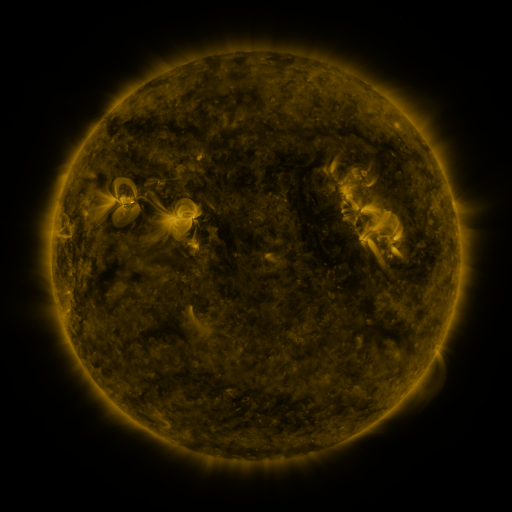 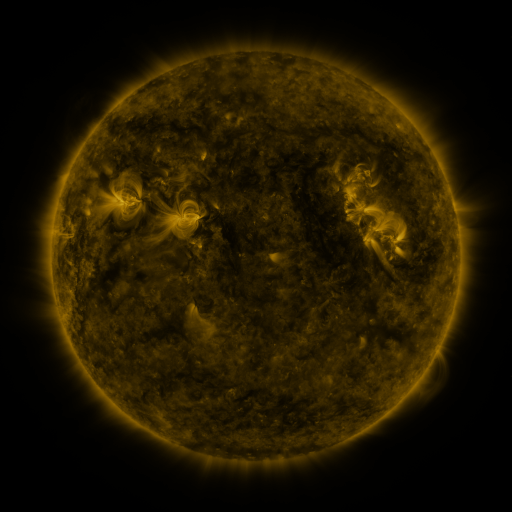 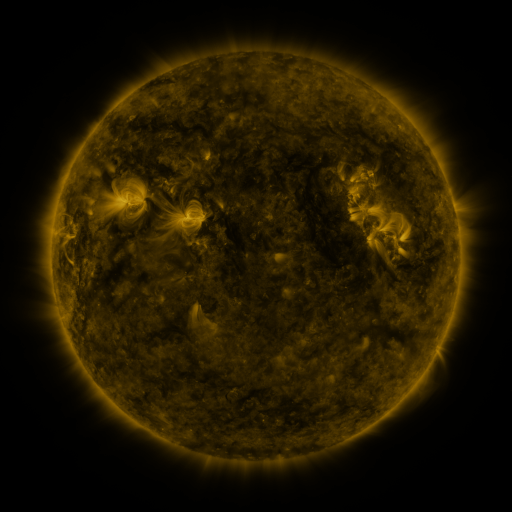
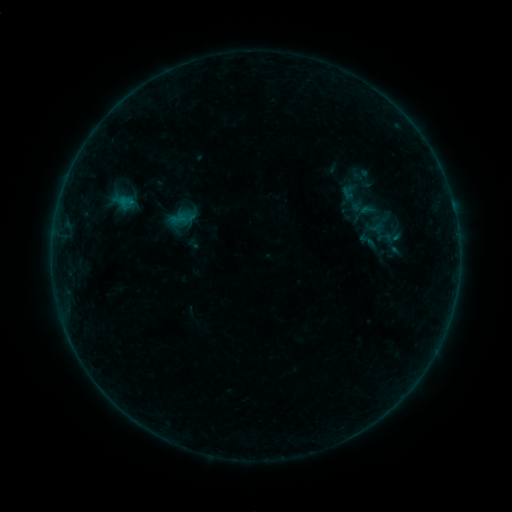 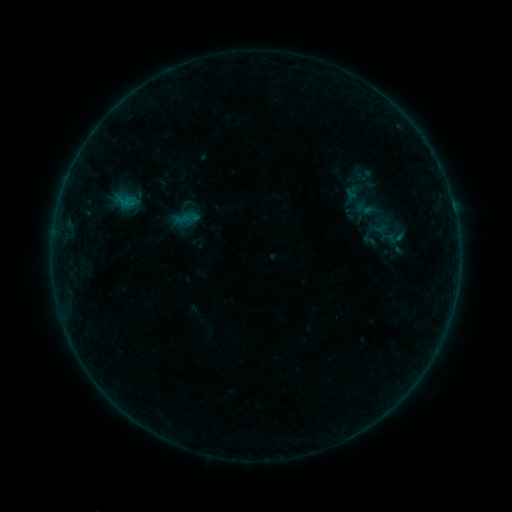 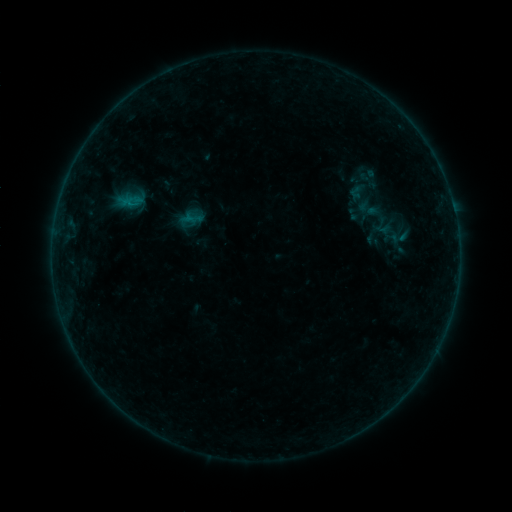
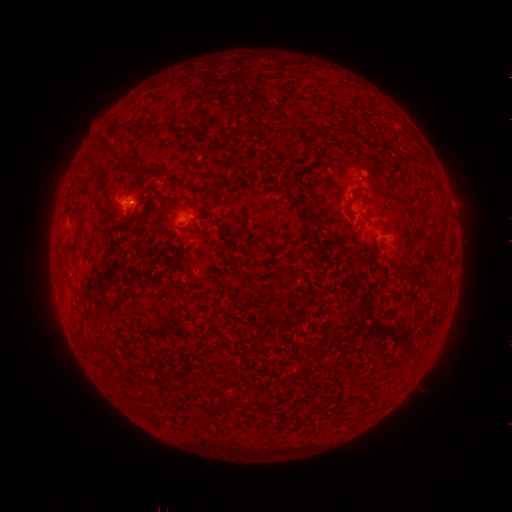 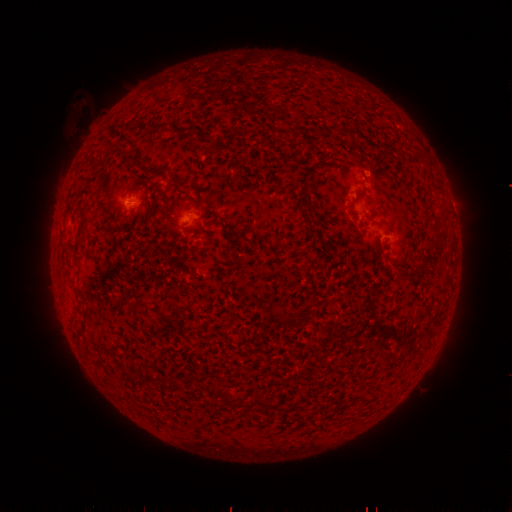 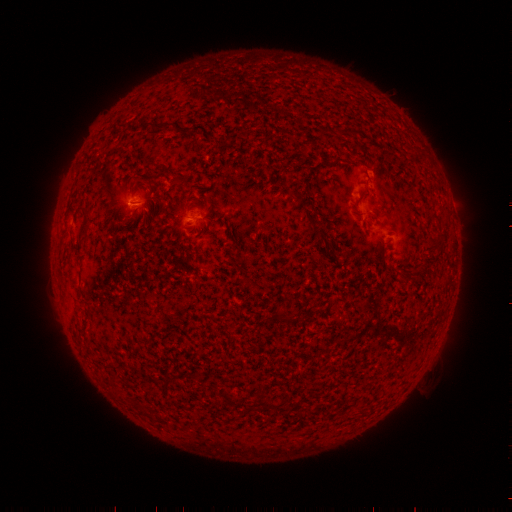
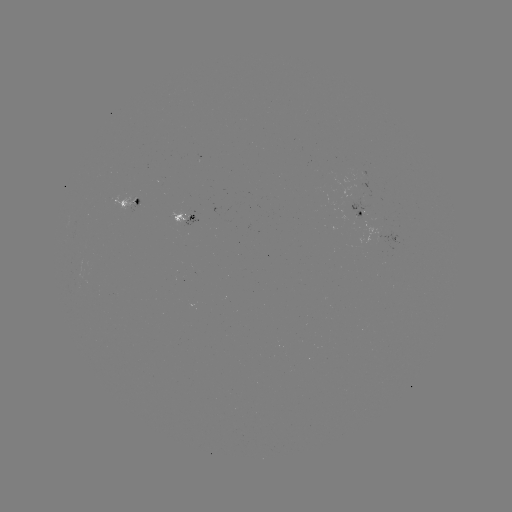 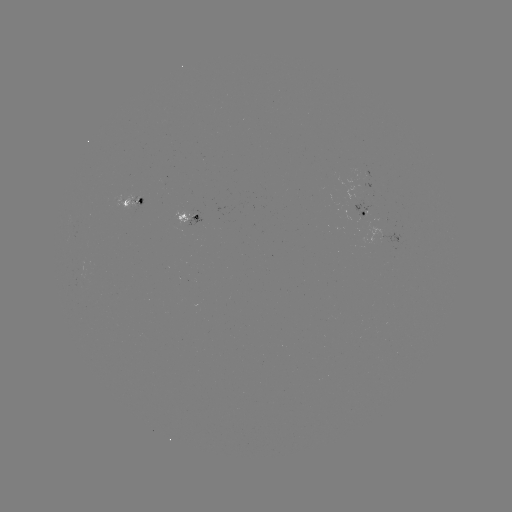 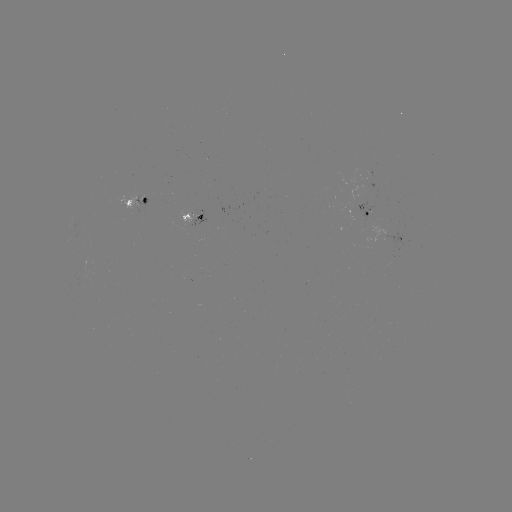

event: filament eruption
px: (110, 148)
